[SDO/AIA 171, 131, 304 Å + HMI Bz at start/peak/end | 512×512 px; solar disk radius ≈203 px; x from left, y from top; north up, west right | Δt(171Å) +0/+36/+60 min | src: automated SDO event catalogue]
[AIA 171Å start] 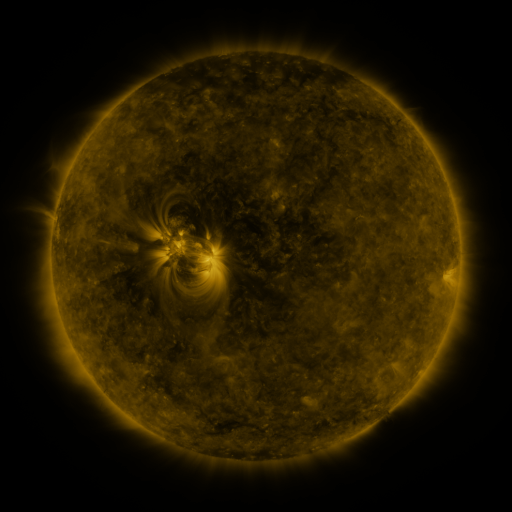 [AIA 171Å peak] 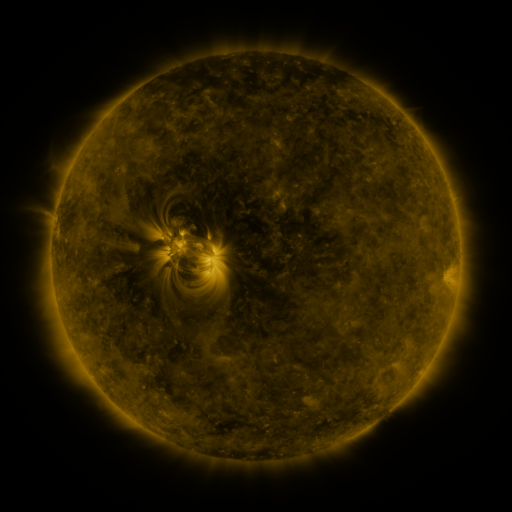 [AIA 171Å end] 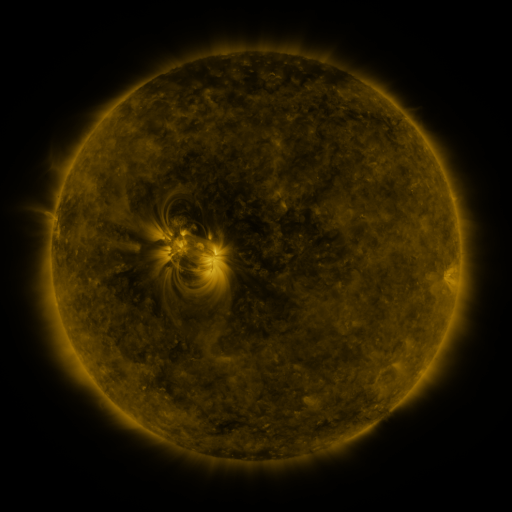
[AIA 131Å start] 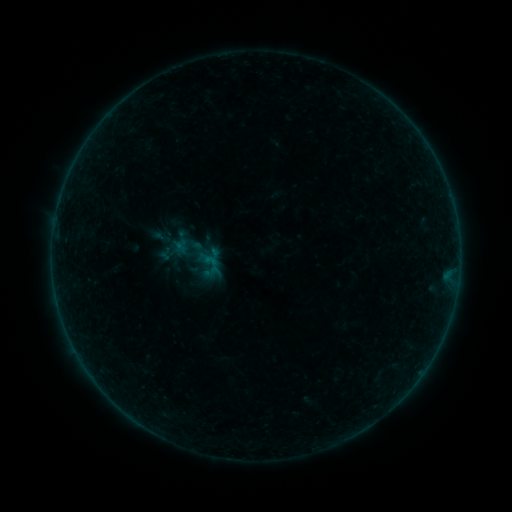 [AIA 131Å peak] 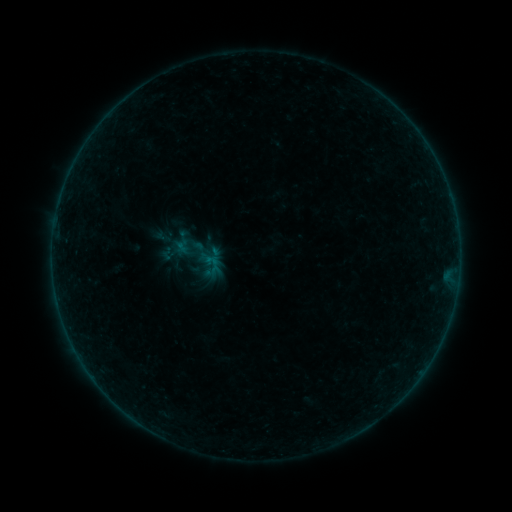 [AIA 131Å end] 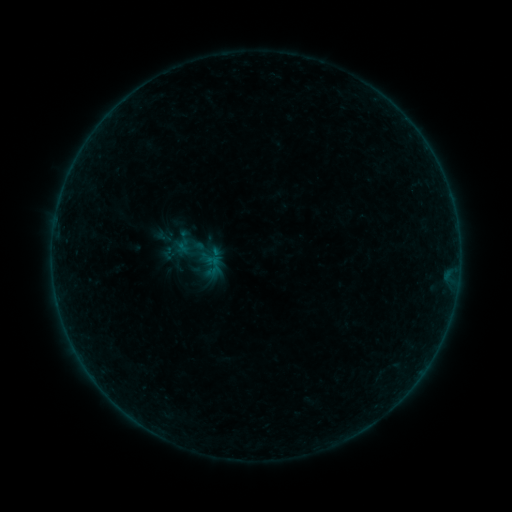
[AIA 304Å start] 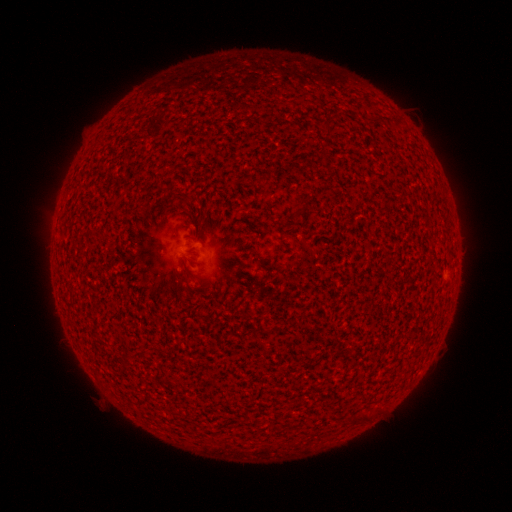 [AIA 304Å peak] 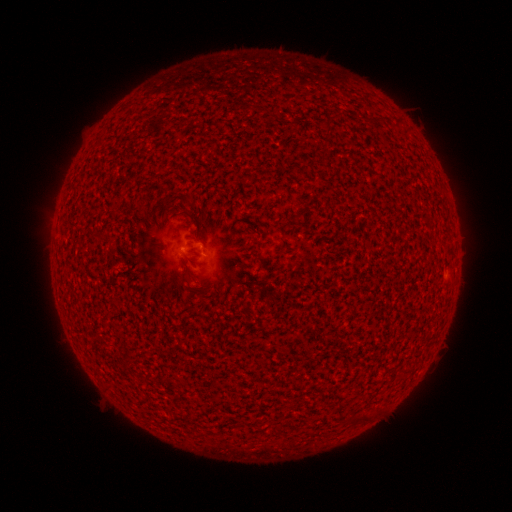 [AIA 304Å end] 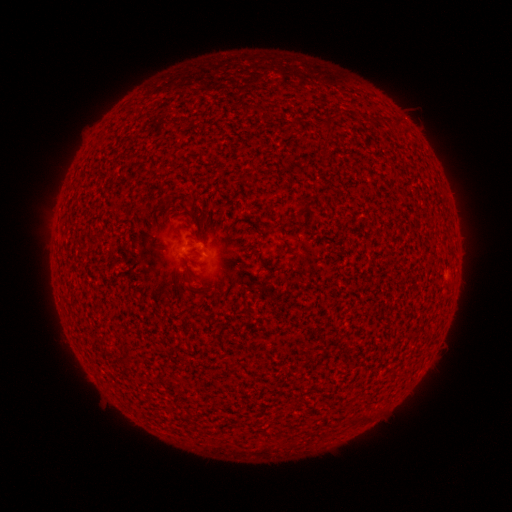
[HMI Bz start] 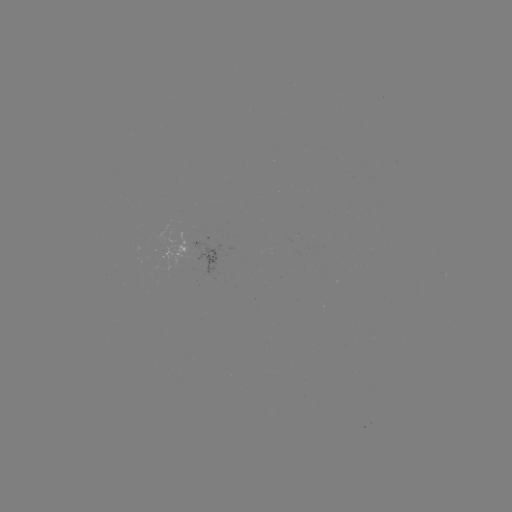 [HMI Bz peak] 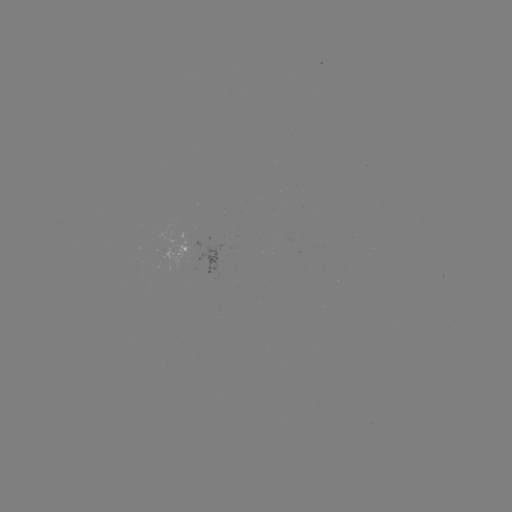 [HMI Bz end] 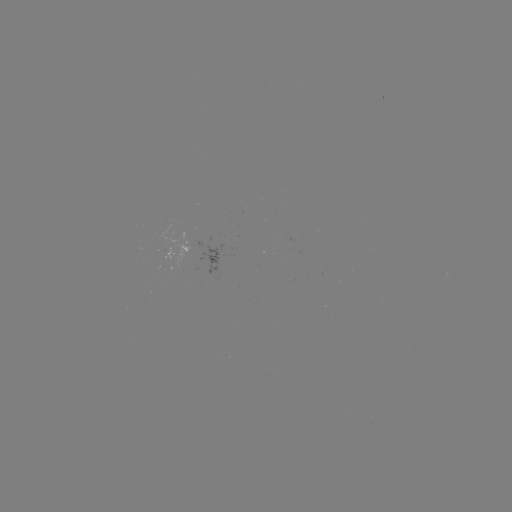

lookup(A8.6 flare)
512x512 [189, 255]